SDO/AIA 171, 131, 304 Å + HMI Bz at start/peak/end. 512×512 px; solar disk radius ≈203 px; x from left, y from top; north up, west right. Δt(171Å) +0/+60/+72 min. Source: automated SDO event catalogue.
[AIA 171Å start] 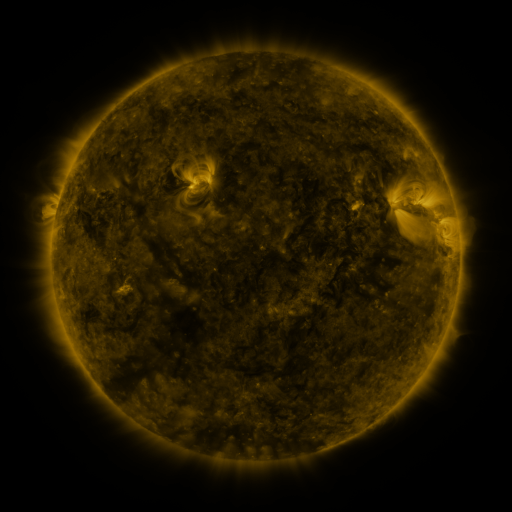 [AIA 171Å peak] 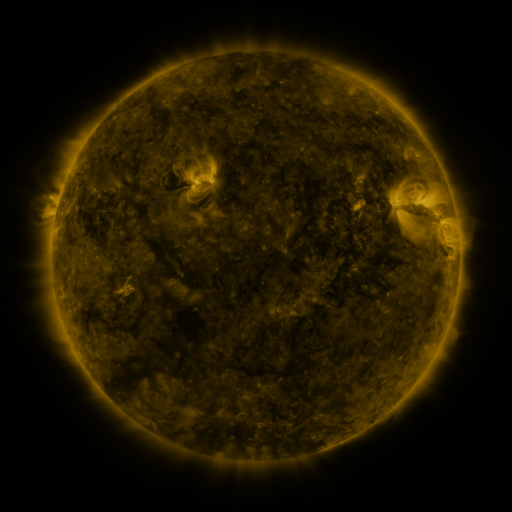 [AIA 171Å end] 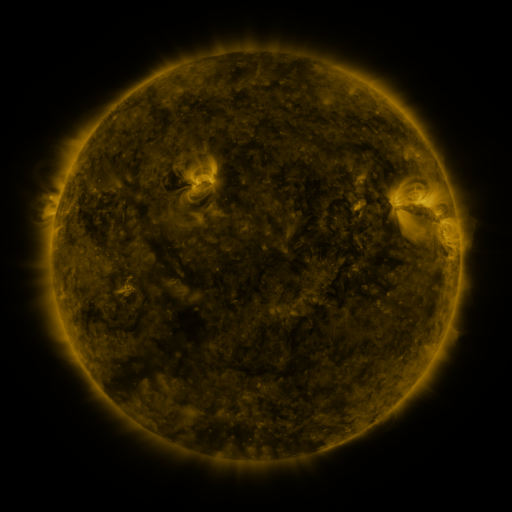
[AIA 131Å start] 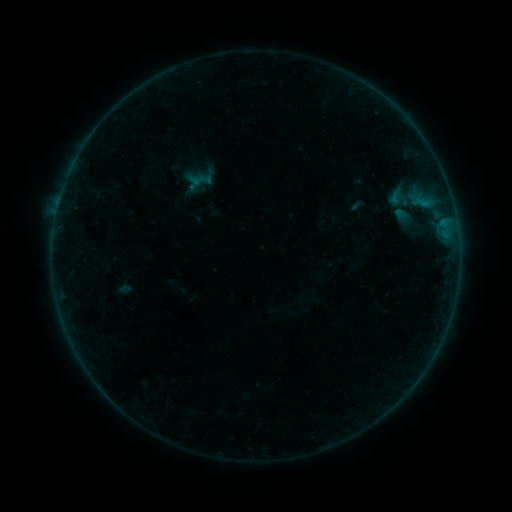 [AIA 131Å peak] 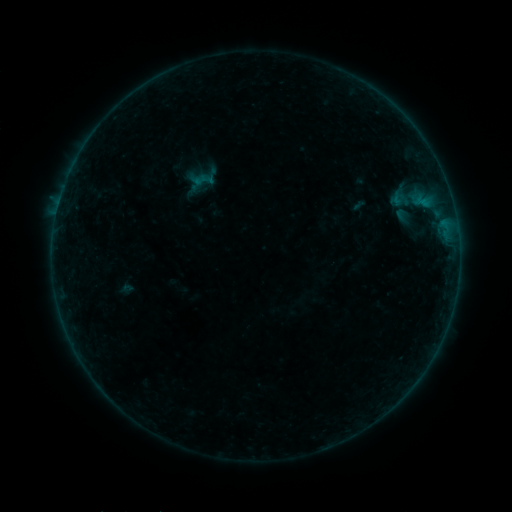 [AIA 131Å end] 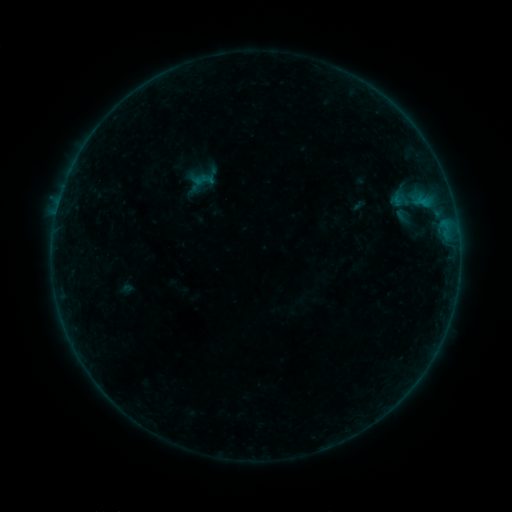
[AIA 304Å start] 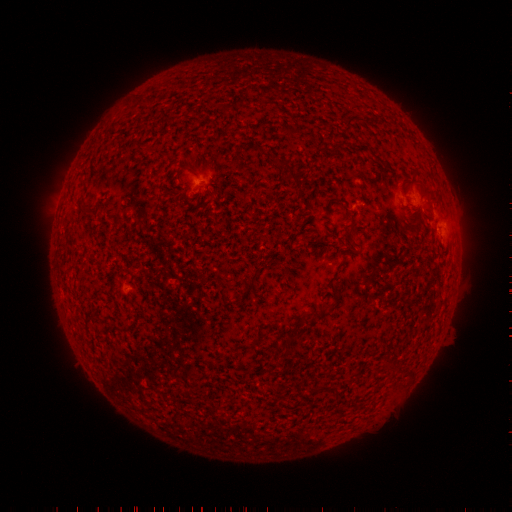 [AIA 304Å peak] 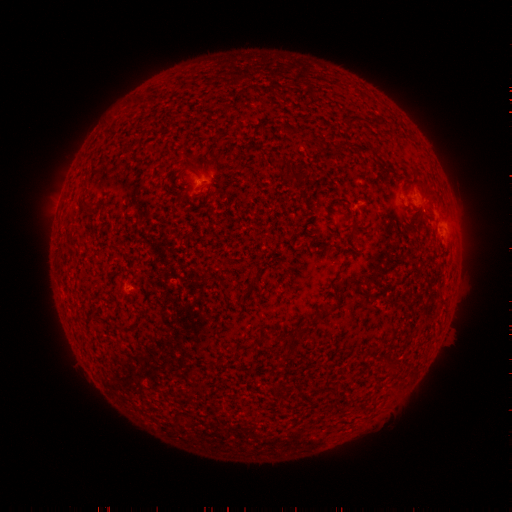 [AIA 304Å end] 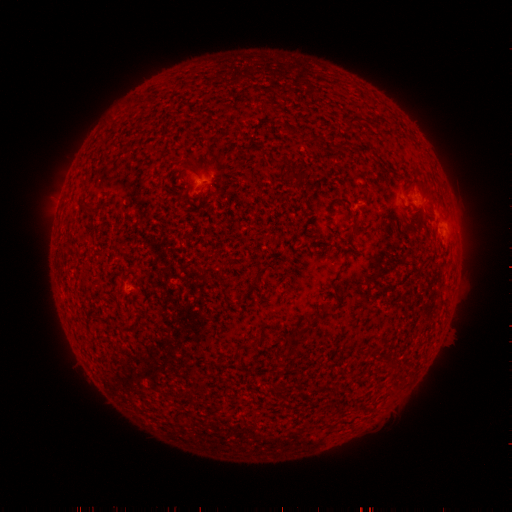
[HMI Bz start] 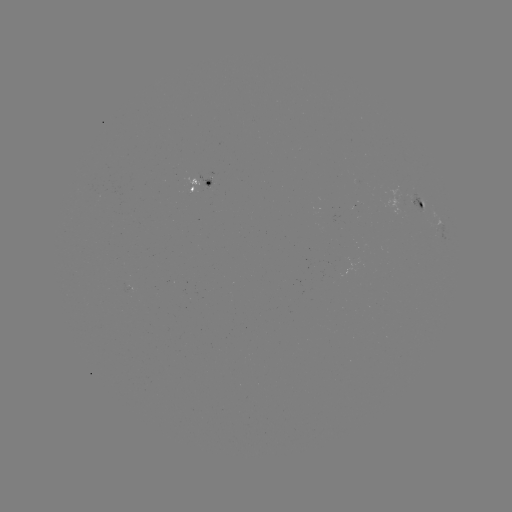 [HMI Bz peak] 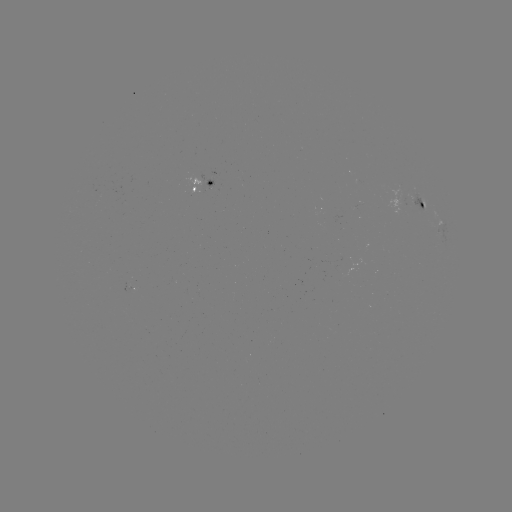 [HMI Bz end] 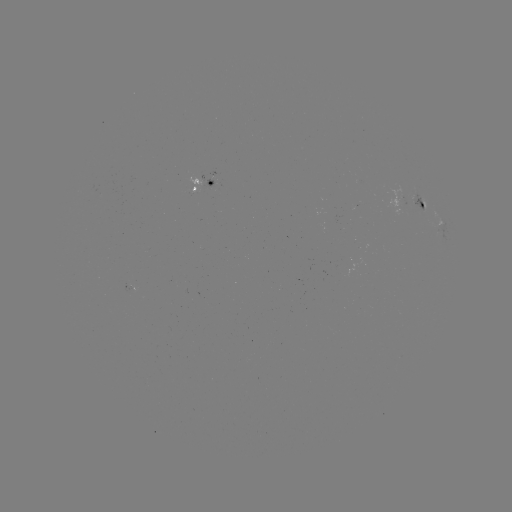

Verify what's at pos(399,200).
emerging-flux region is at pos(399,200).